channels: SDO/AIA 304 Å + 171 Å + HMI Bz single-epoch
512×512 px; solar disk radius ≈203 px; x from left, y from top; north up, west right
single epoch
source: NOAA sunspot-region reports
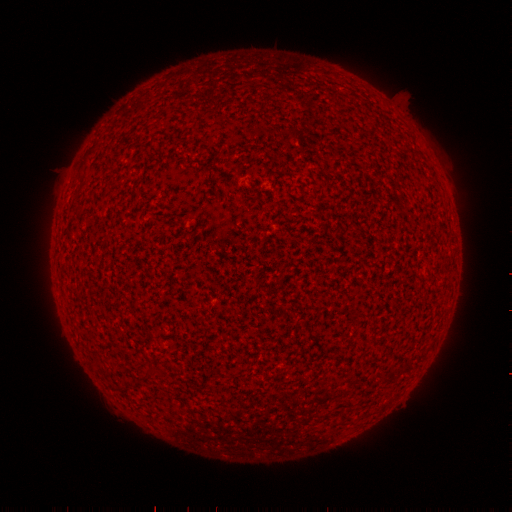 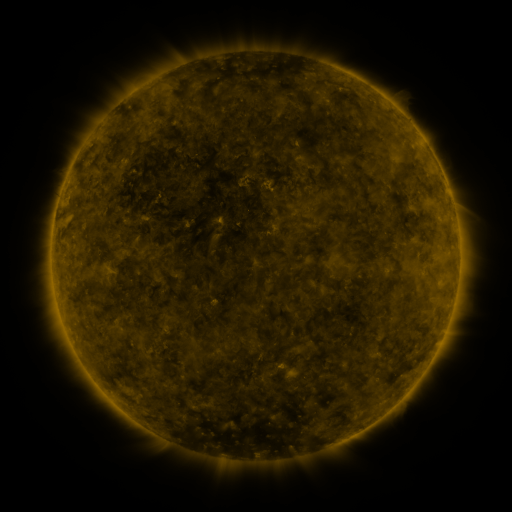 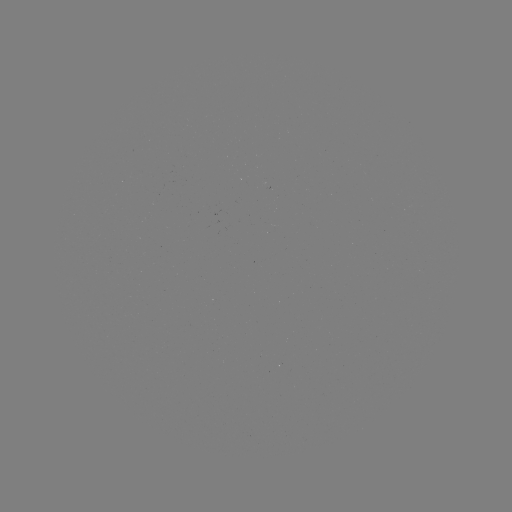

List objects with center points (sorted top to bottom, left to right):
(none)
